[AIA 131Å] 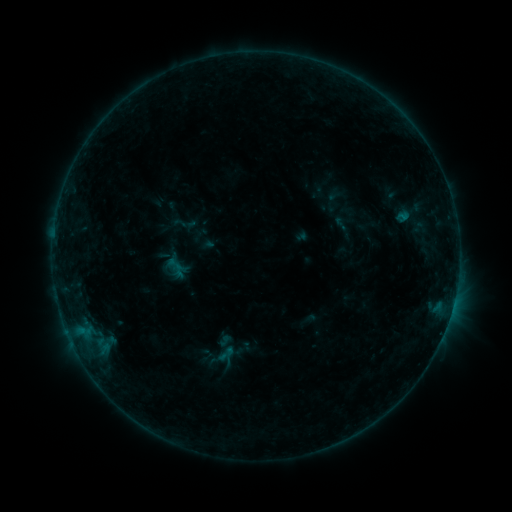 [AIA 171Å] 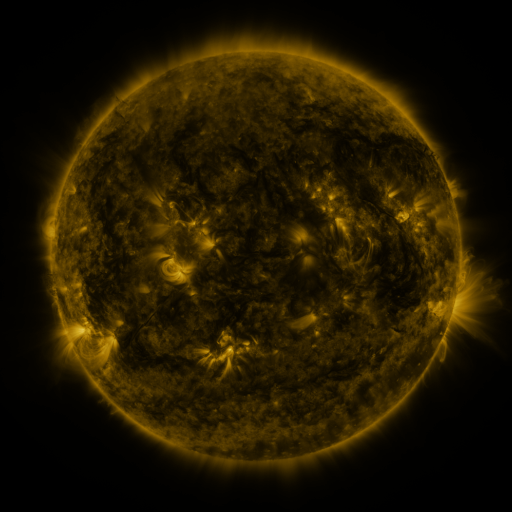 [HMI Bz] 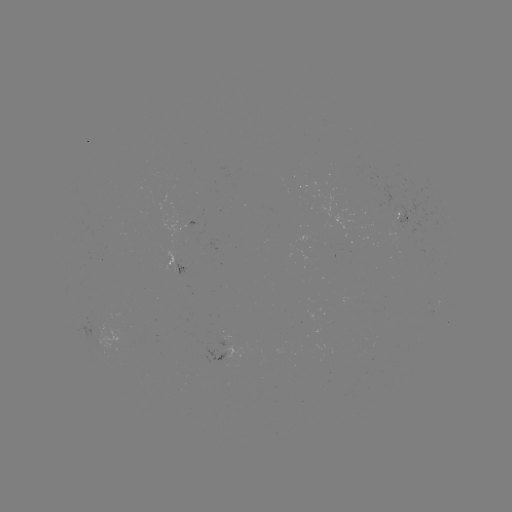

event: sigmoid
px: (226, 354)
